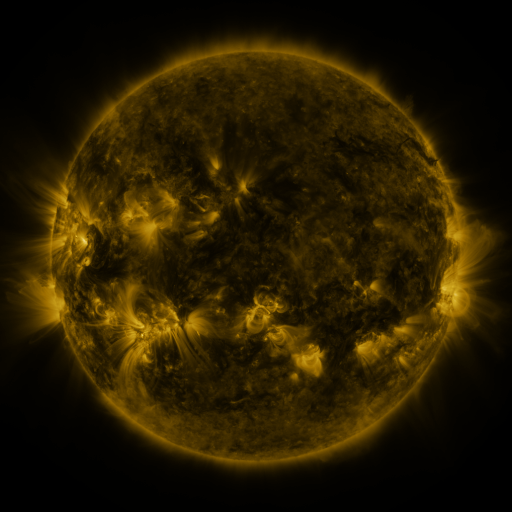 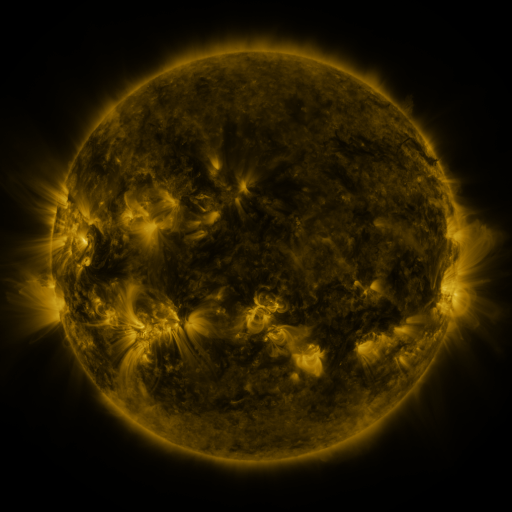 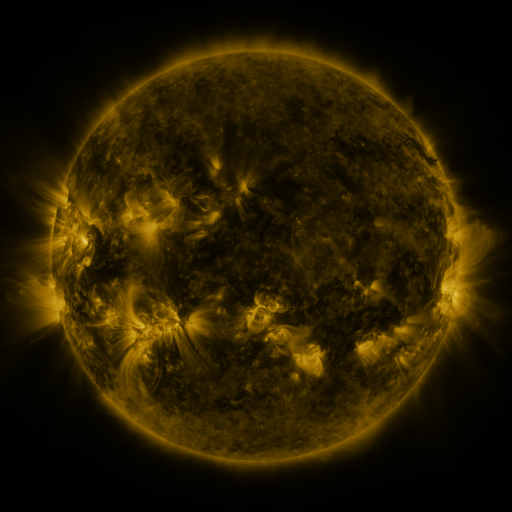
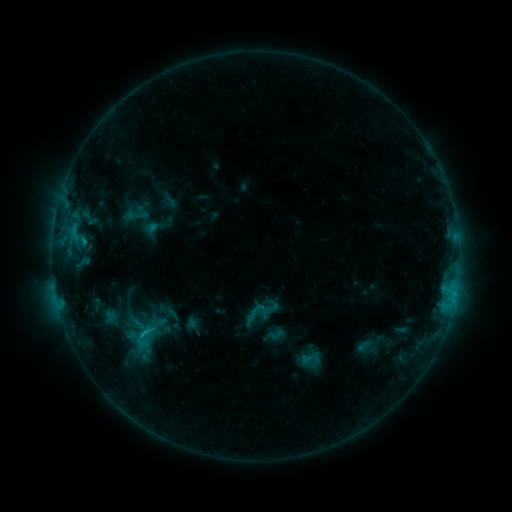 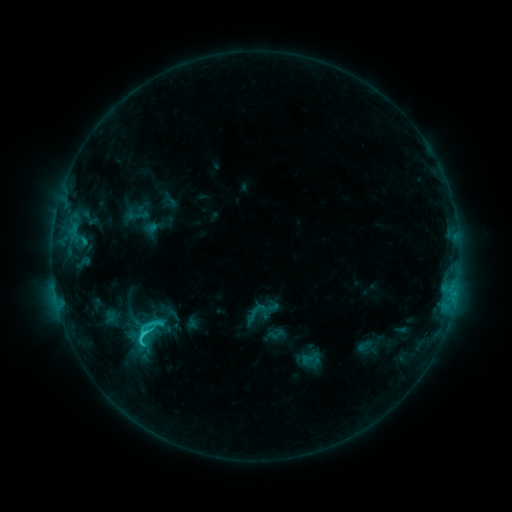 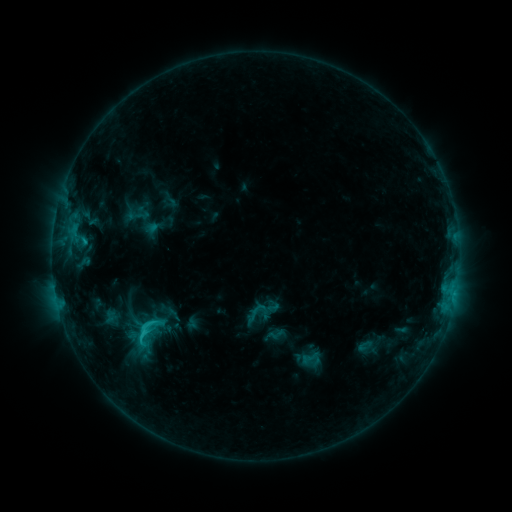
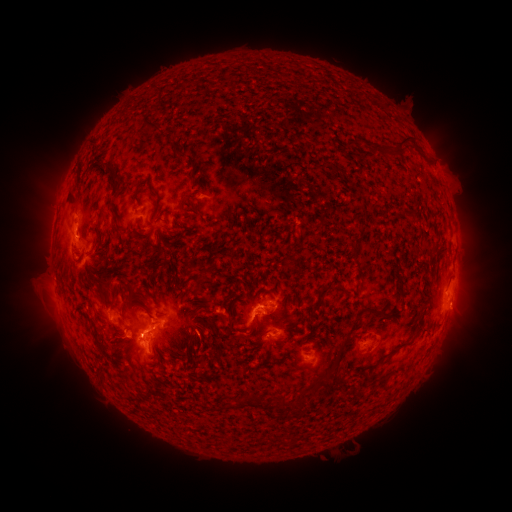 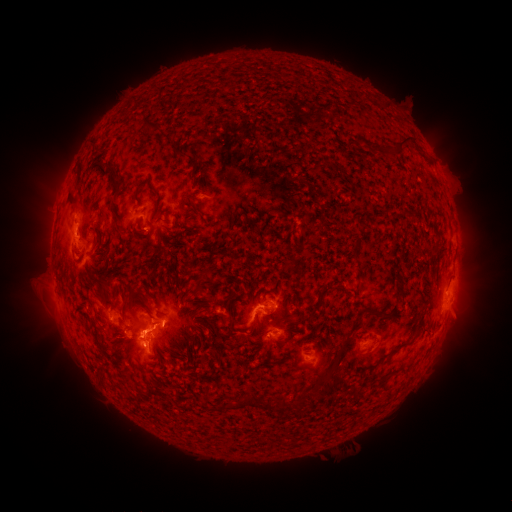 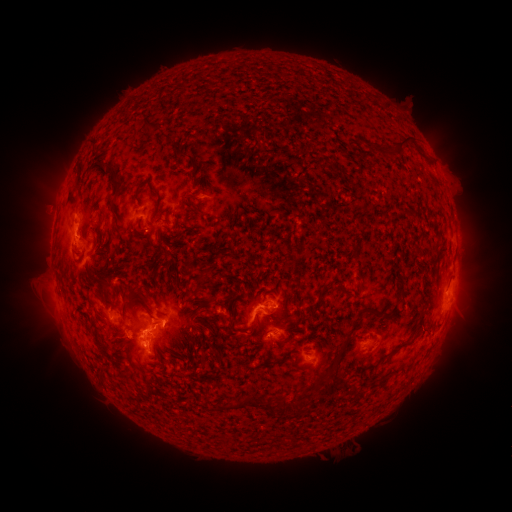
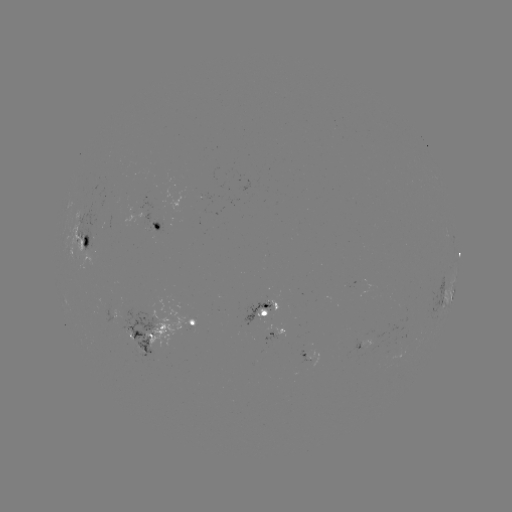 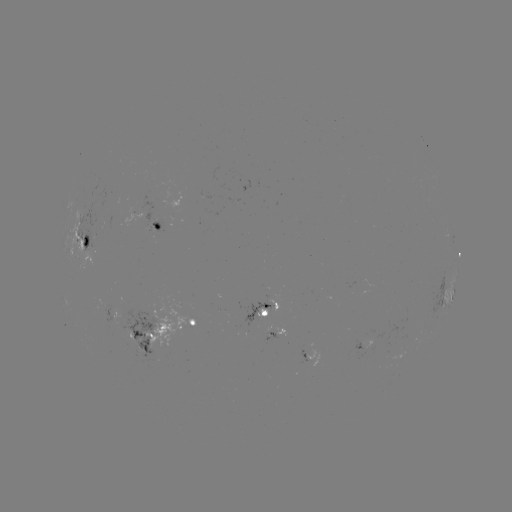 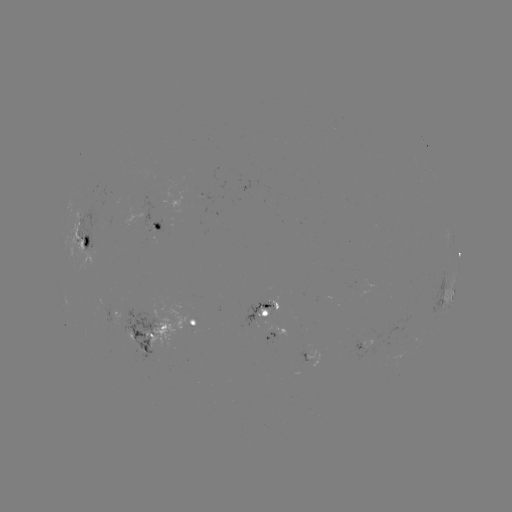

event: flare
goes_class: C3.0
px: (146, 333)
